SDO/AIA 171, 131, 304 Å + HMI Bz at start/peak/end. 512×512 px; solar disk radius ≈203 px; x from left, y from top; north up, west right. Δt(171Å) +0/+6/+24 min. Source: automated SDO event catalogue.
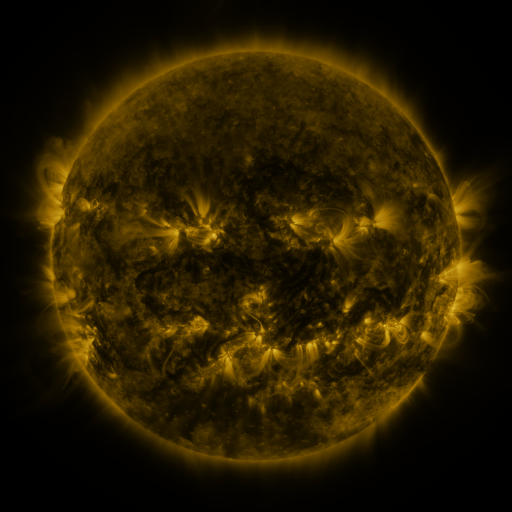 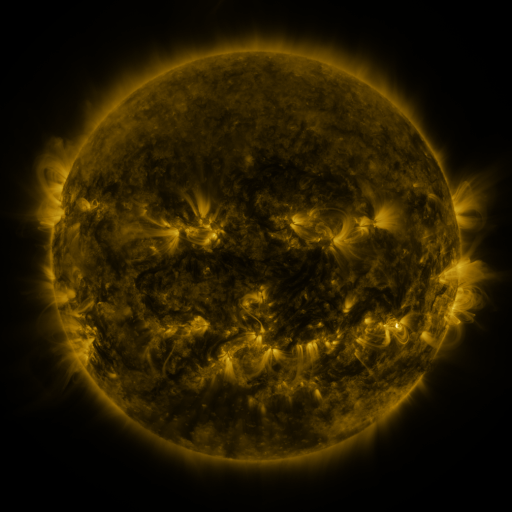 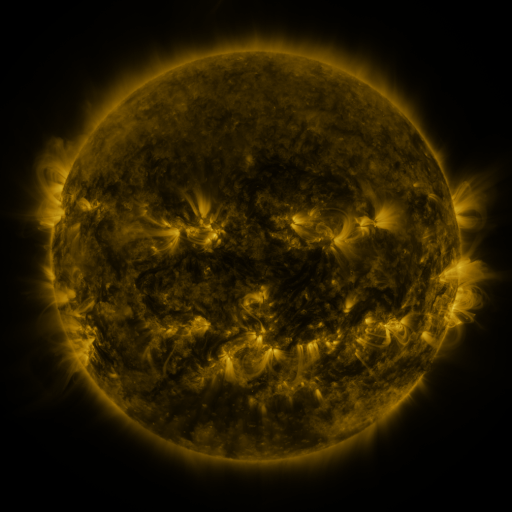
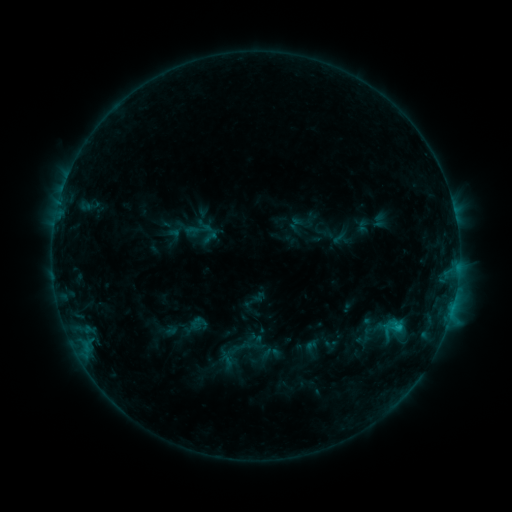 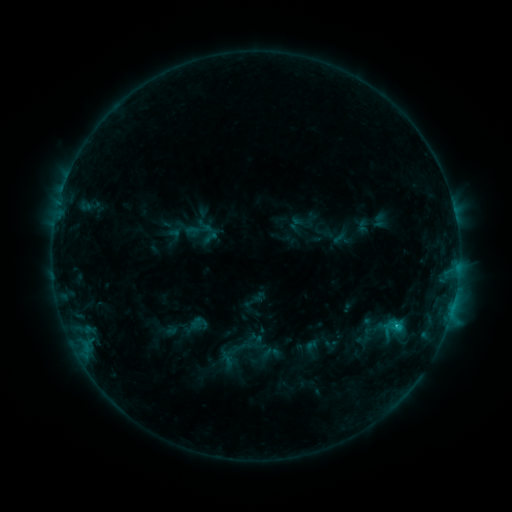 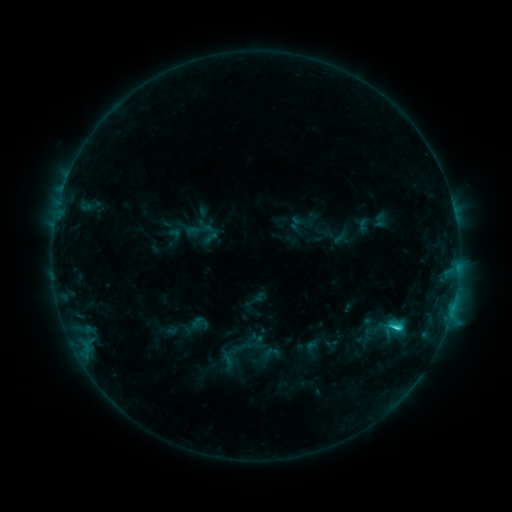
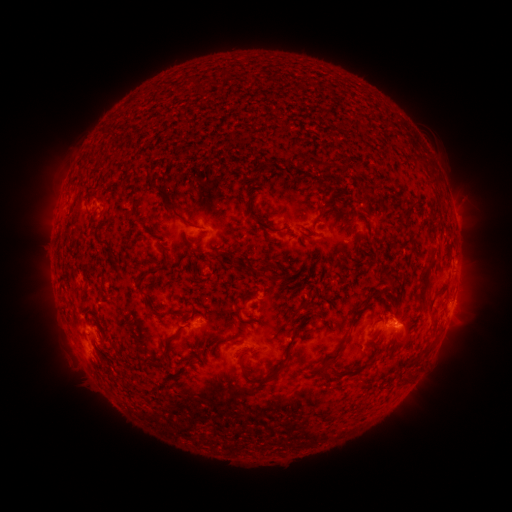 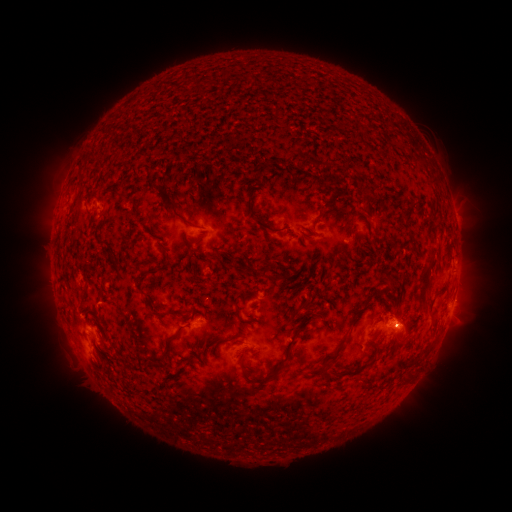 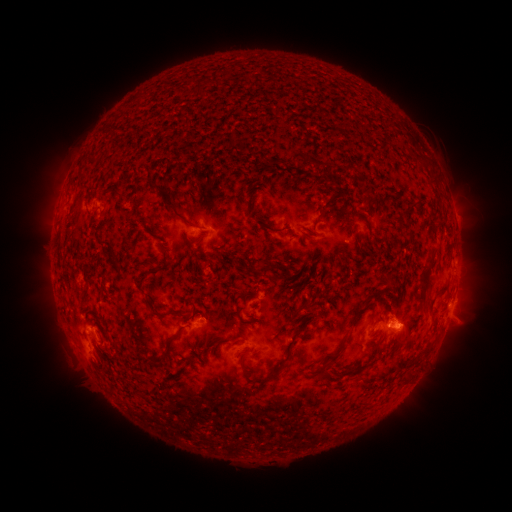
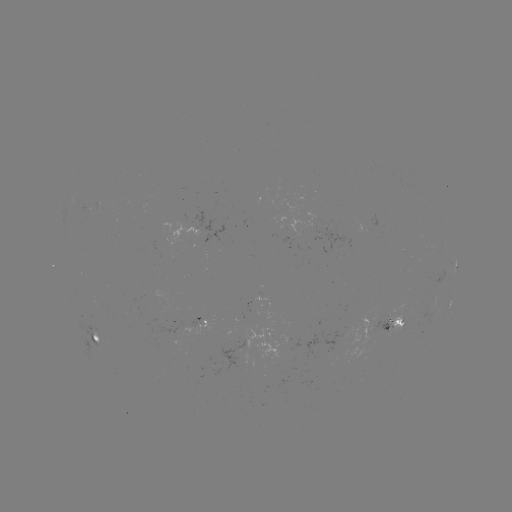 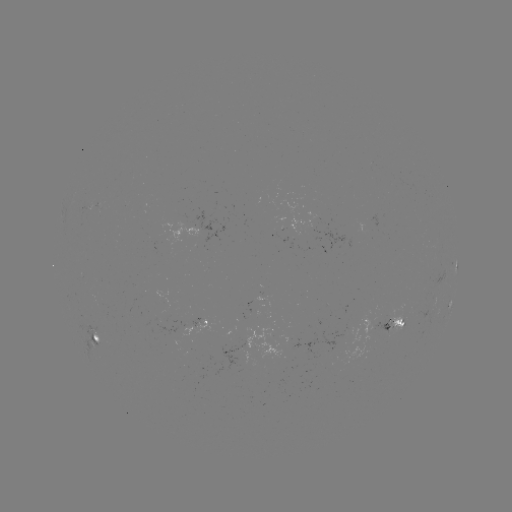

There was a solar flare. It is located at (397, 323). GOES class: C4.2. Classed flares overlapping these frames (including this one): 1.